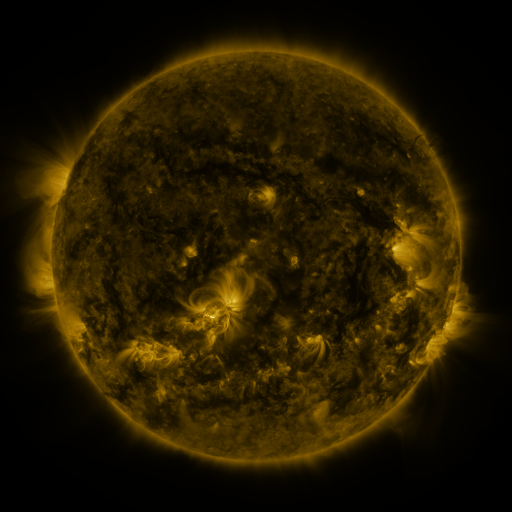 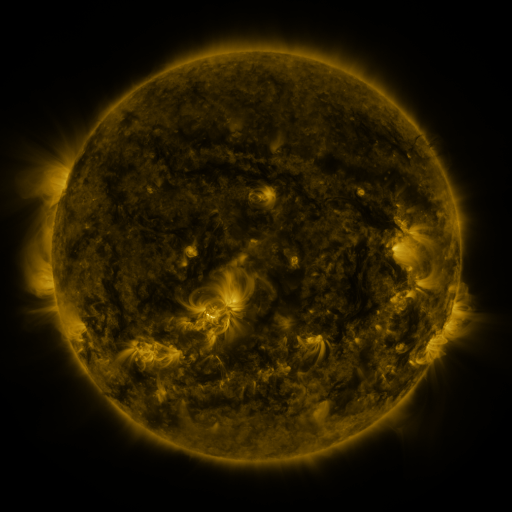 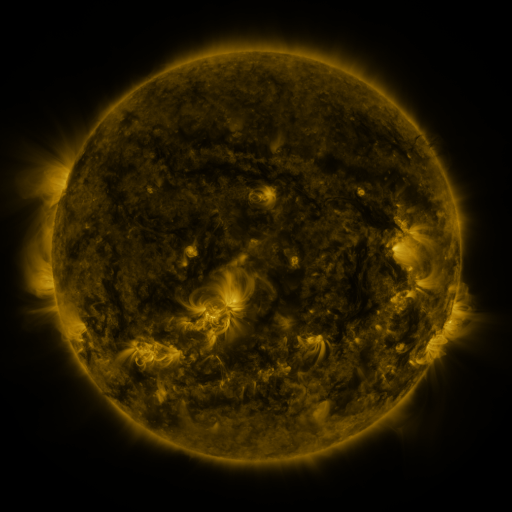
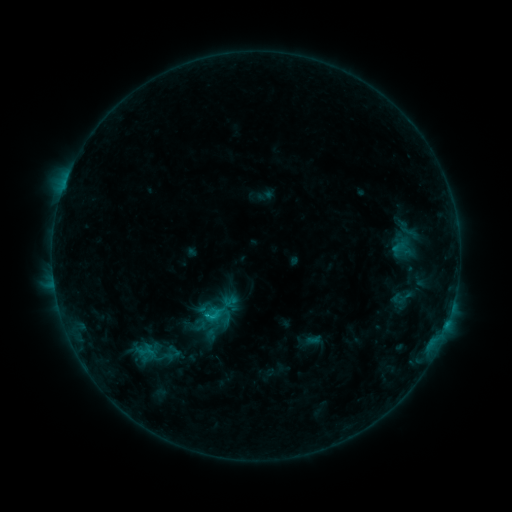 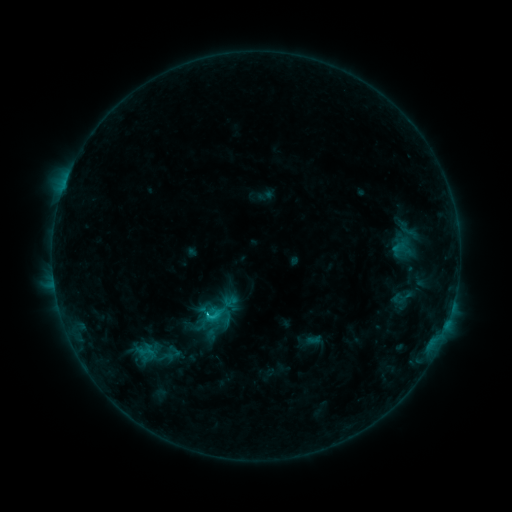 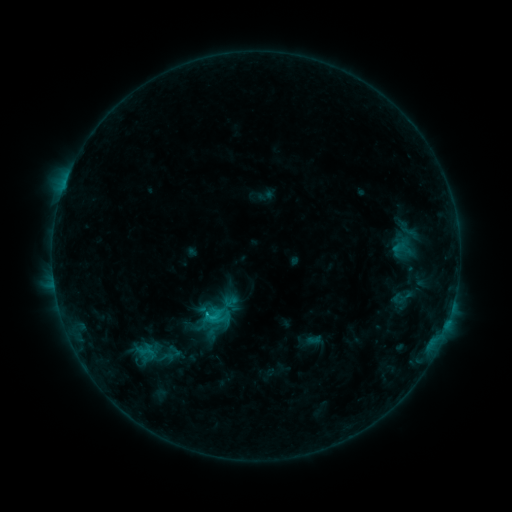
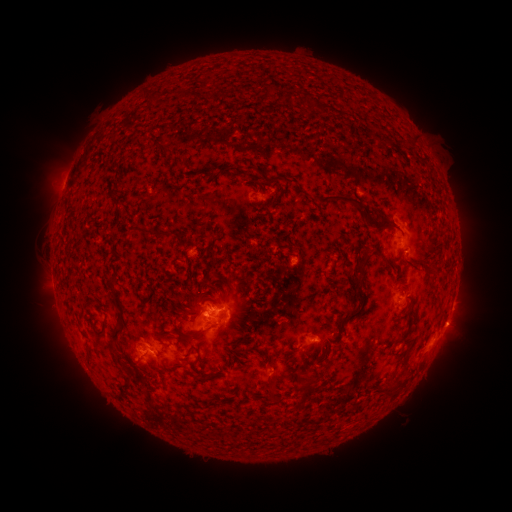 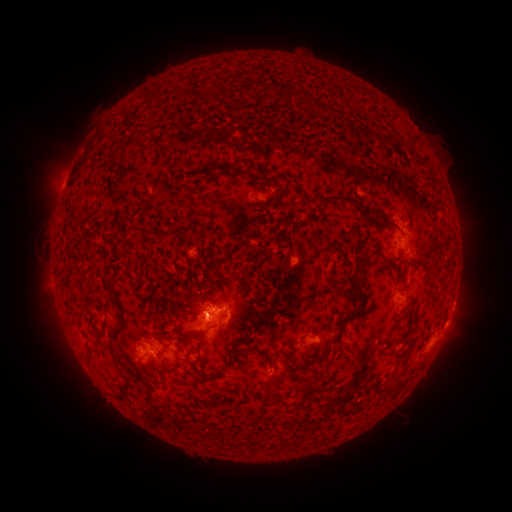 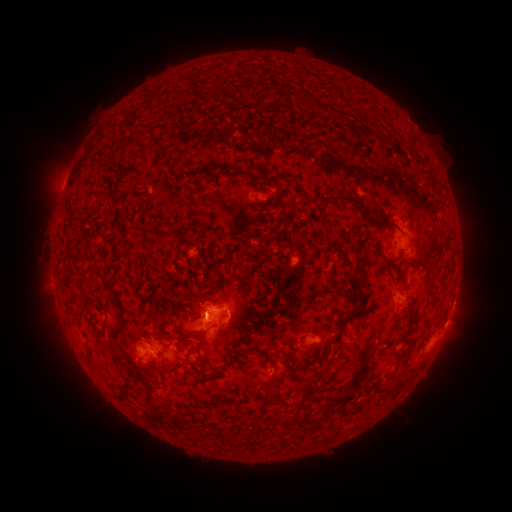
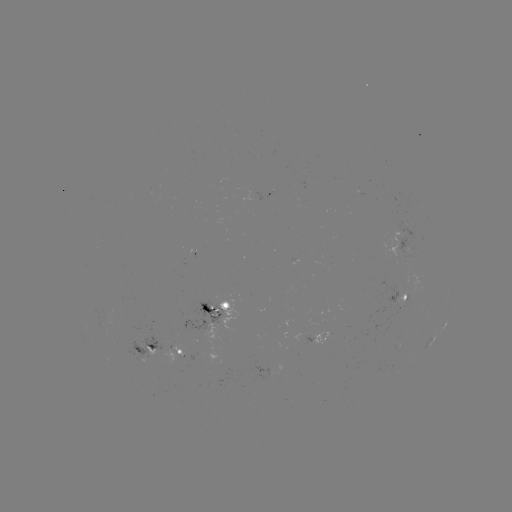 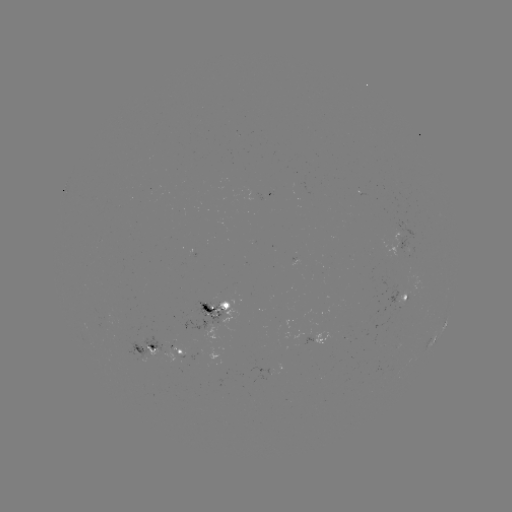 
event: flare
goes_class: C1.6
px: (210, 312)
